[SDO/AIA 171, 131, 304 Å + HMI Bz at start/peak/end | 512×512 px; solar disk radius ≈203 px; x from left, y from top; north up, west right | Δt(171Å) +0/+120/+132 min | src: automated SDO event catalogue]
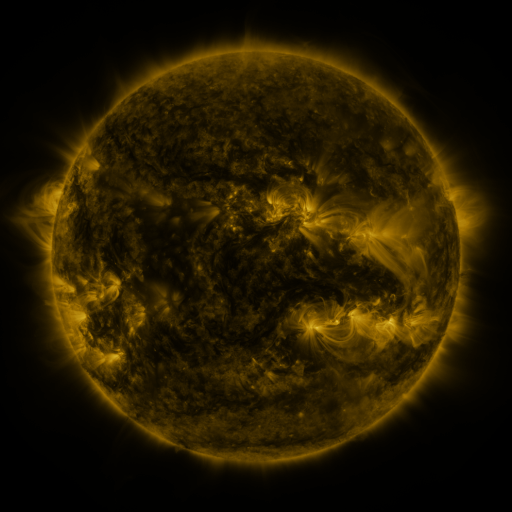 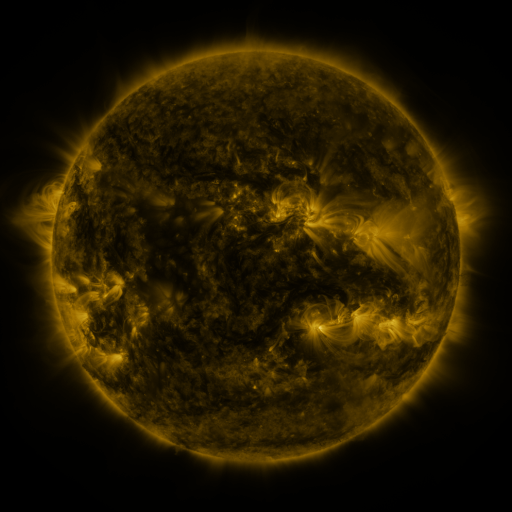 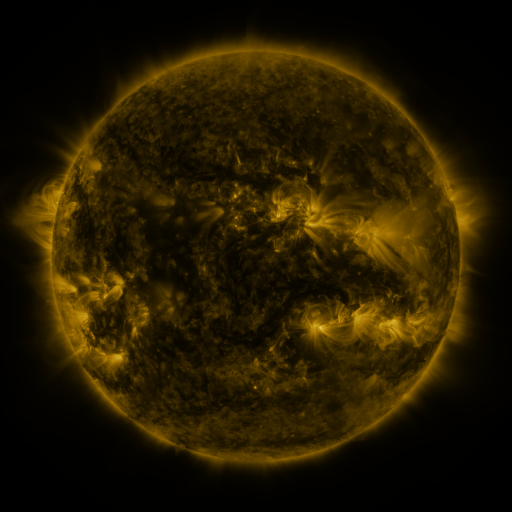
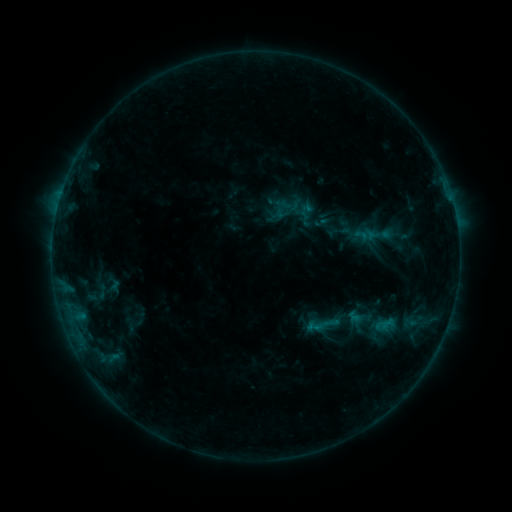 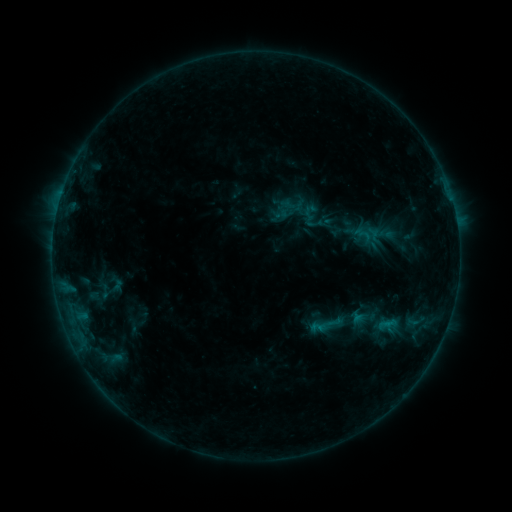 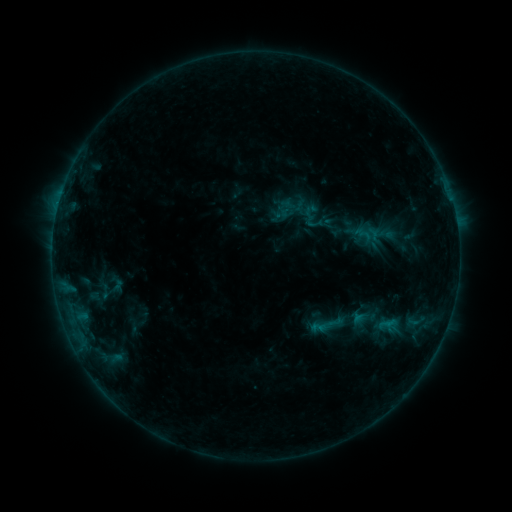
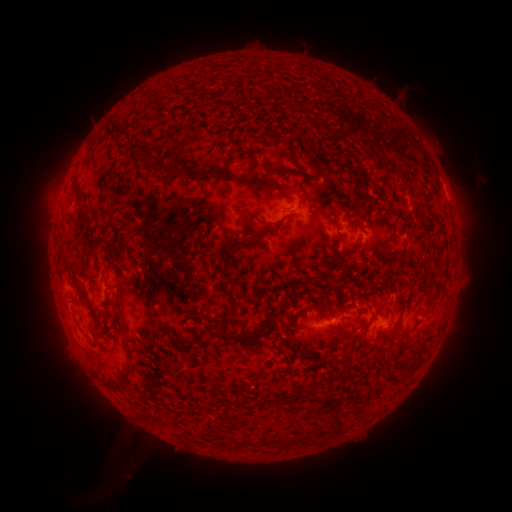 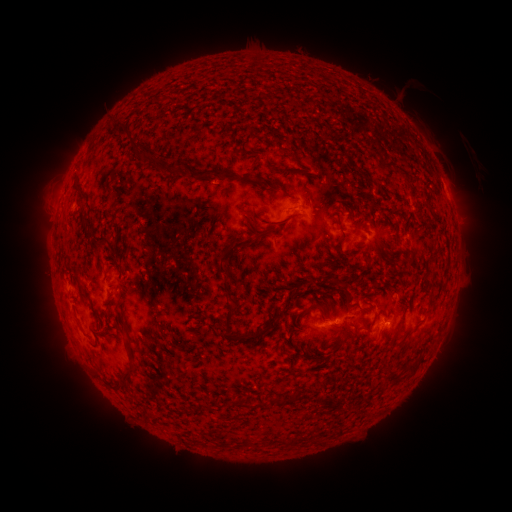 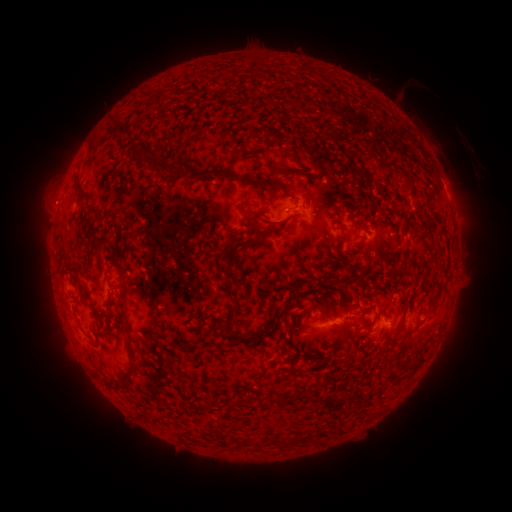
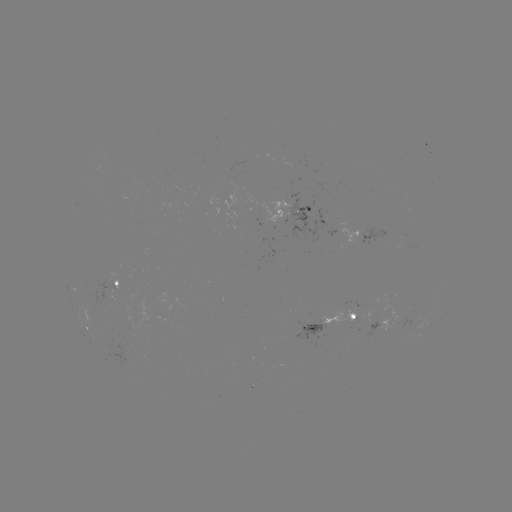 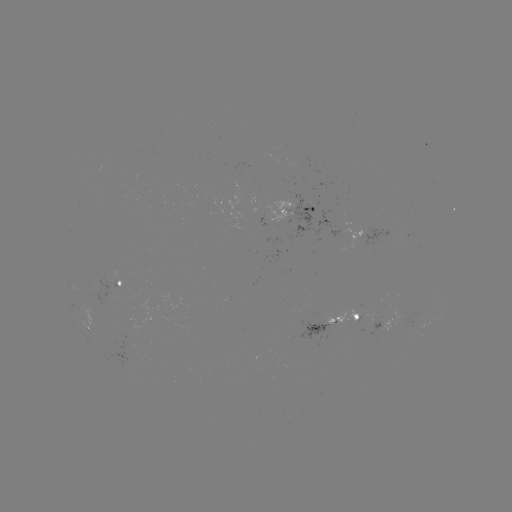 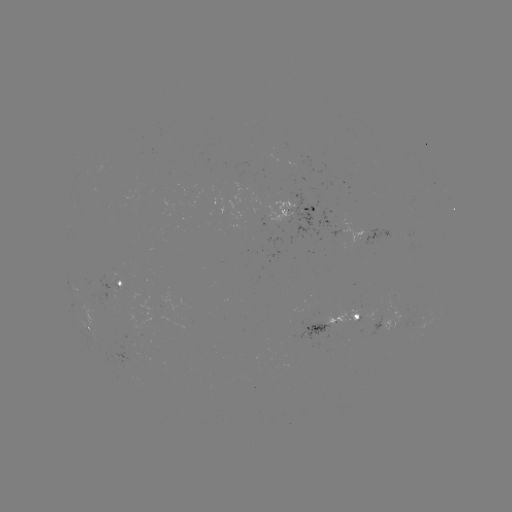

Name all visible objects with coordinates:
emerging-flux region: (341, 320)
